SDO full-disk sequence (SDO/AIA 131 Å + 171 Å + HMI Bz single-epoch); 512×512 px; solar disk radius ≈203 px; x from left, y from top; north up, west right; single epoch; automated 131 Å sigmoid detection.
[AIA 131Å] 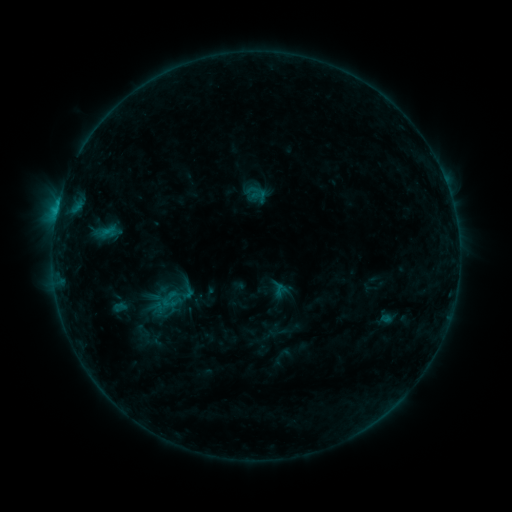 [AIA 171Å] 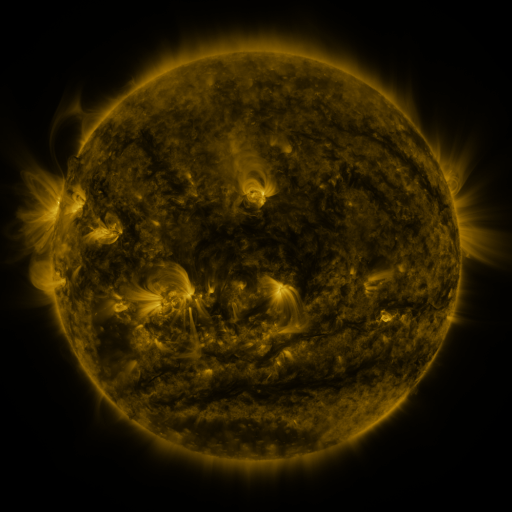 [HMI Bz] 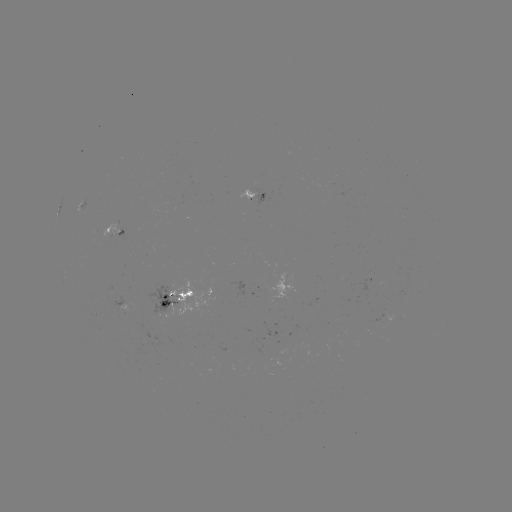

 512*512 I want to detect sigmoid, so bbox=[174, 279, 200, 301].